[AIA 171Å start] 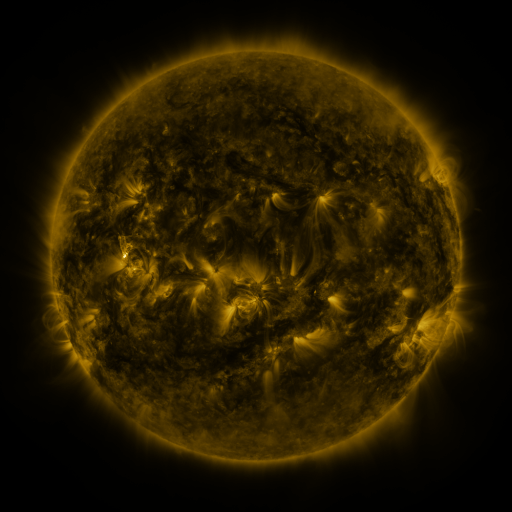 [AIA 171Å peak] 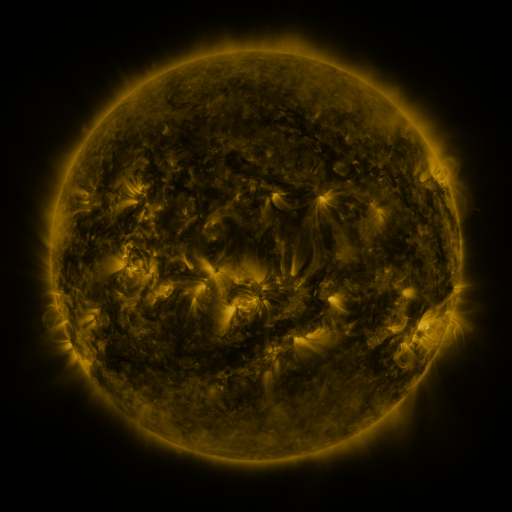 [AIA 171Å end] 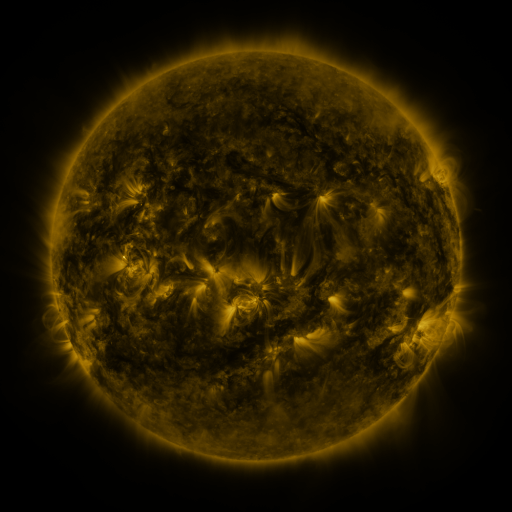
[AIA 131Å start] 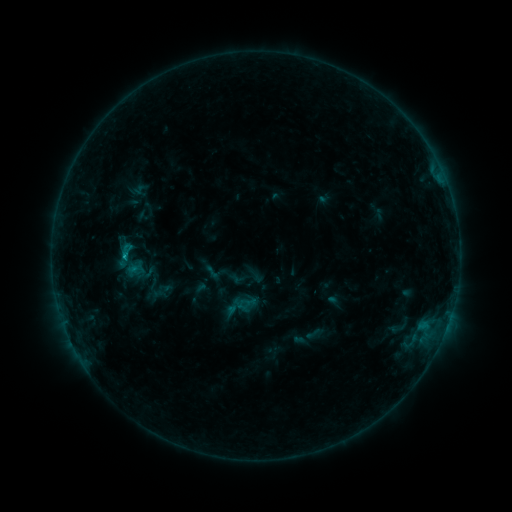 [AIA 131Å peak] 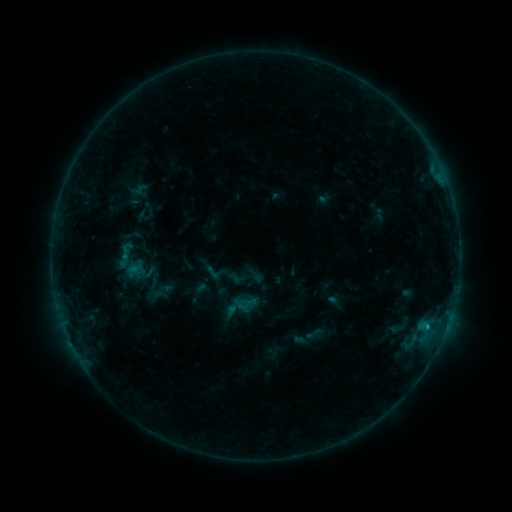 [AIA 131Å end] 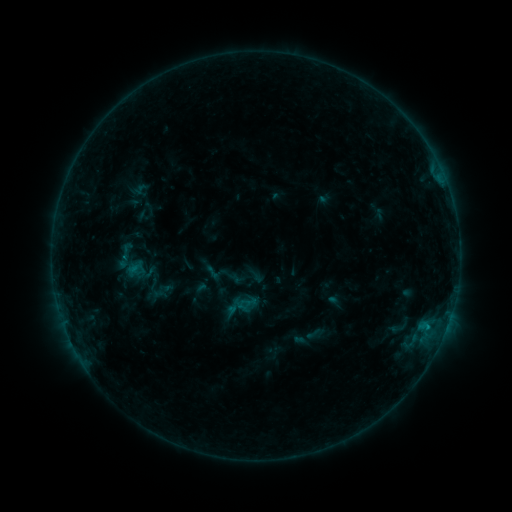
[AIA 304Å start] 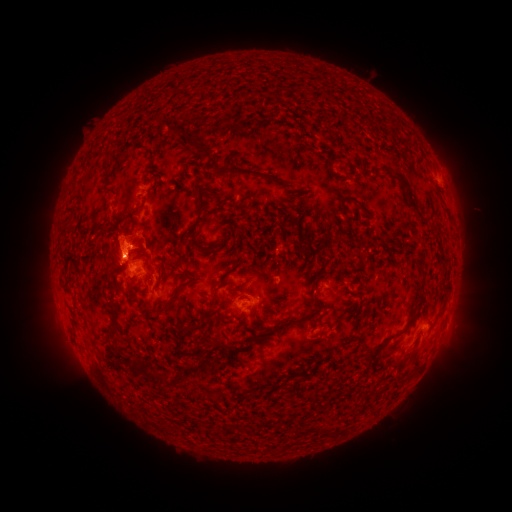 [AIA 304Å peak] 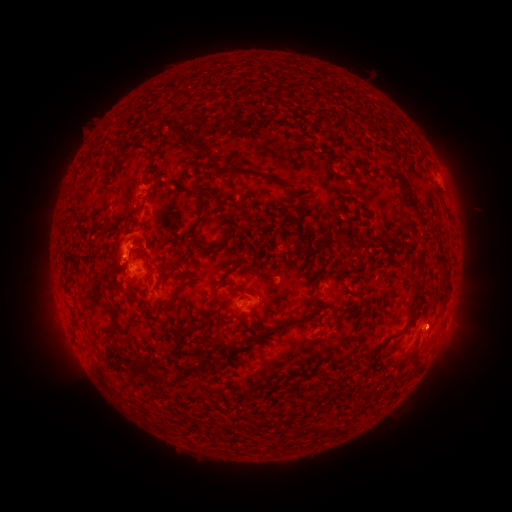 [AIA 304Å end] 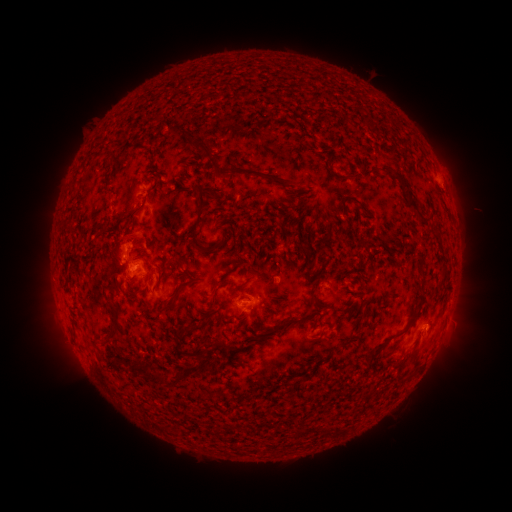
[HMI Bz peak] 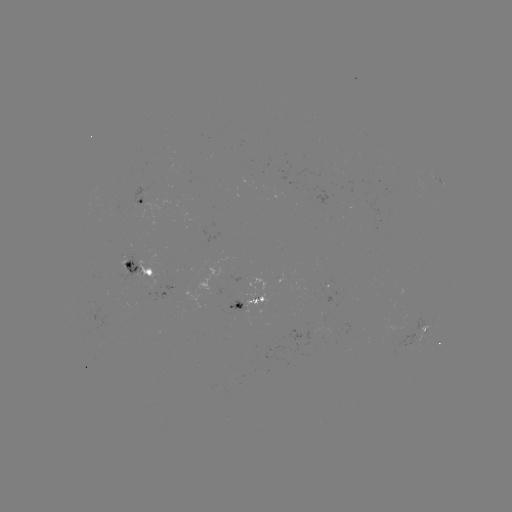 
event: flare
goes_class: B6.9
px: (427, 326)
